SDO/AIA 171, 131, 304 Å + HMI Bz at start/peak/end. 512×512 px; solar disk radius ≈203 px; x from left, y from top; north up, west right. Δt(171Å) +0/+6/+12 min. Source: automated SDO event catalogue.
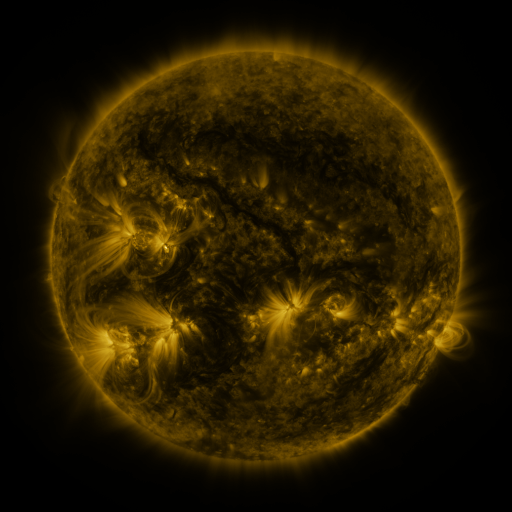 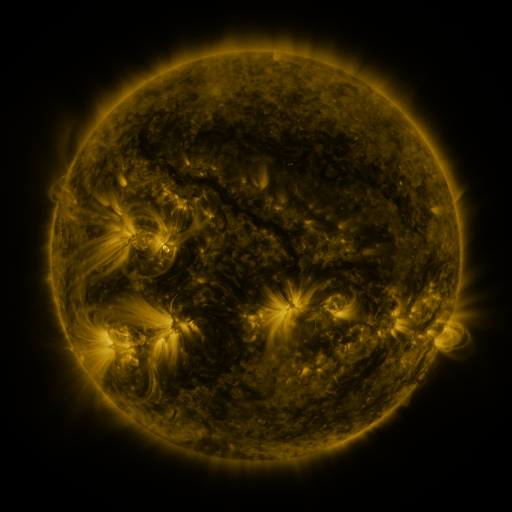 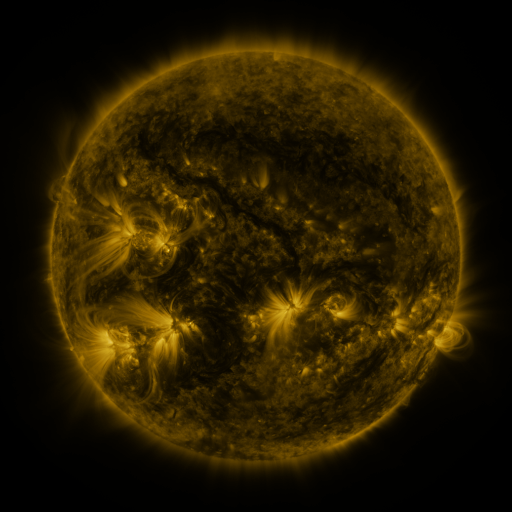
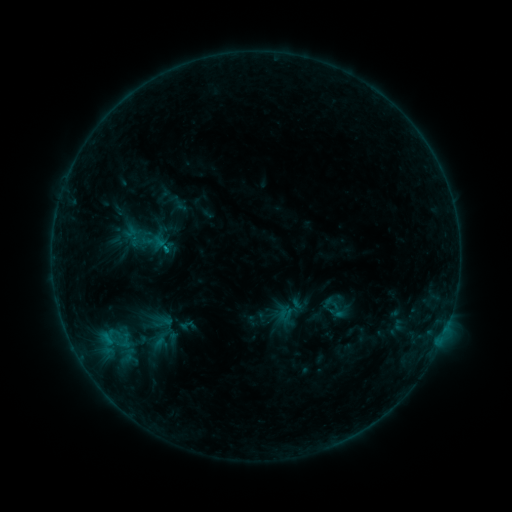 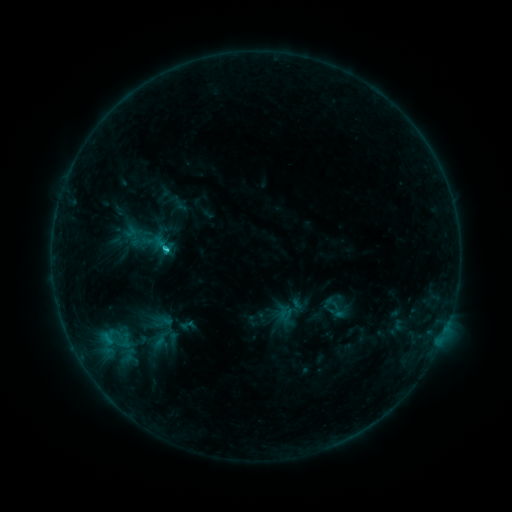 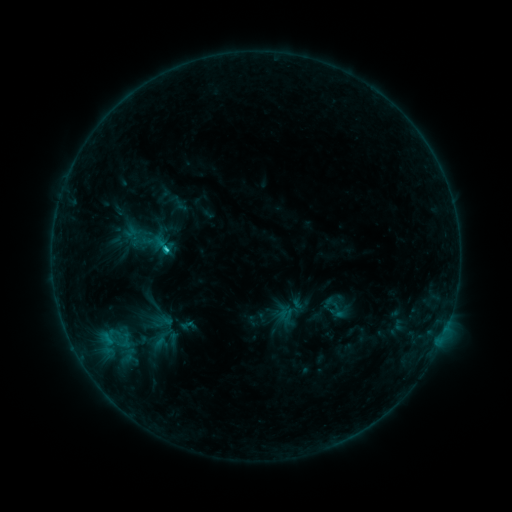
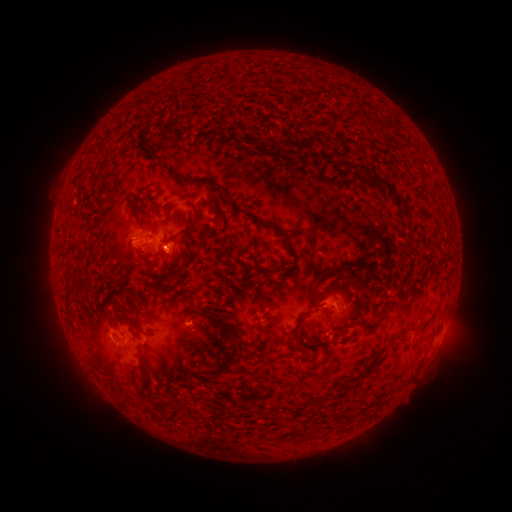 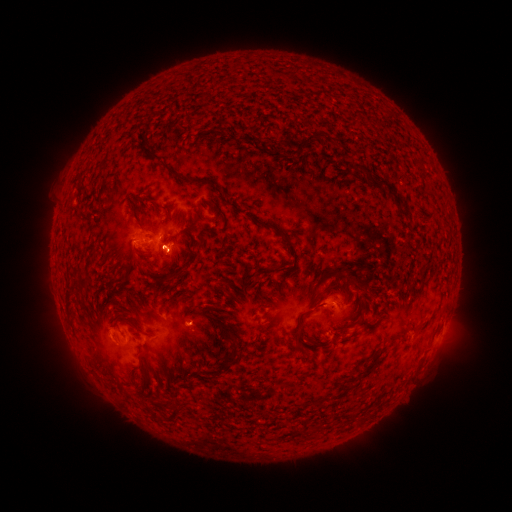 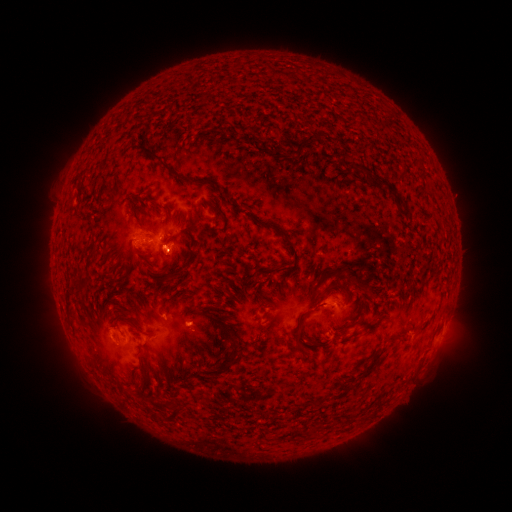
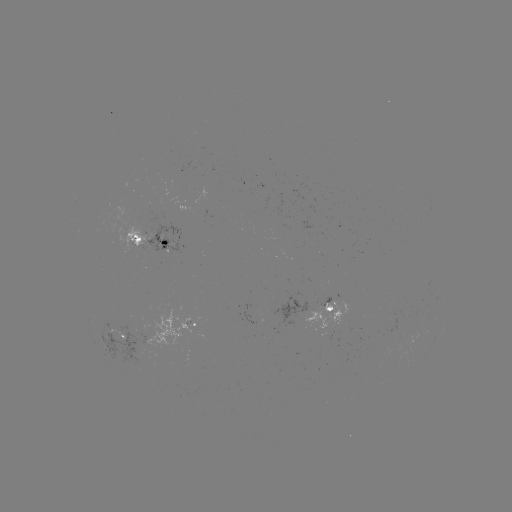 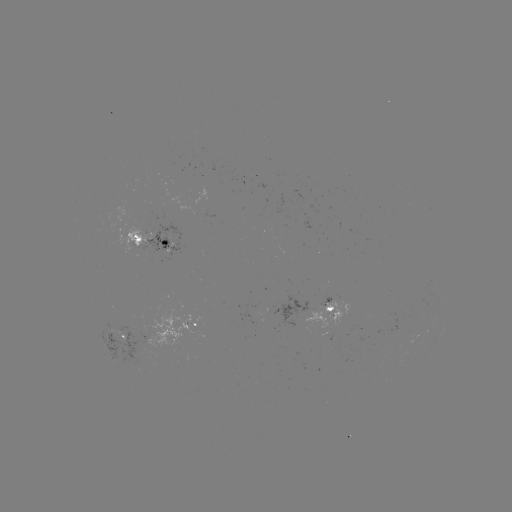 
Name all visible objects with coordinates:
C1.6 flare: (167, 252)
